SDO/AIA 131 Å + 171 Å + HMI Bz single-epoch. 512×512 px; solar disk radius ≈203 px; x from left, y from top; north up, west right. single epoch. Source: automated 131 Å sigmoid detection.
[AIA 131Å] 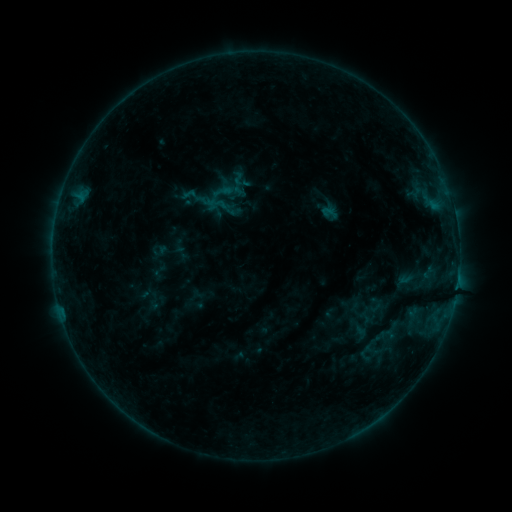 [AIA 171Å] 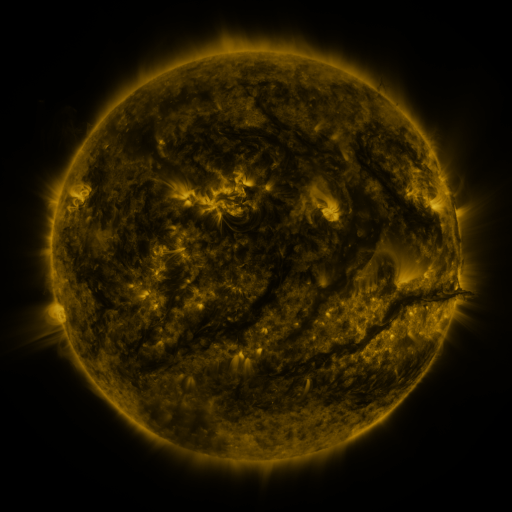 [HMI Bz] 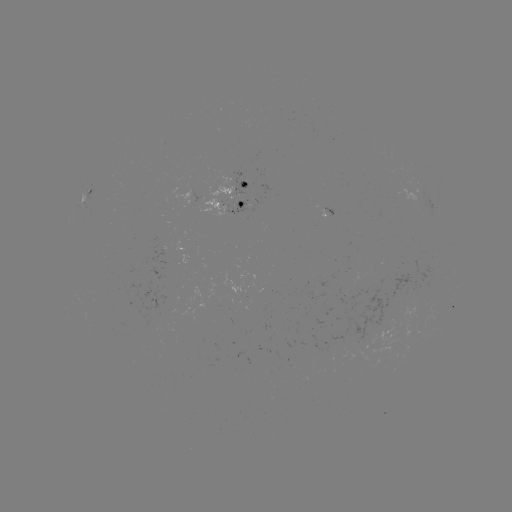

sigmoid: <bbox>356, 341, 376, 364</bbox>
